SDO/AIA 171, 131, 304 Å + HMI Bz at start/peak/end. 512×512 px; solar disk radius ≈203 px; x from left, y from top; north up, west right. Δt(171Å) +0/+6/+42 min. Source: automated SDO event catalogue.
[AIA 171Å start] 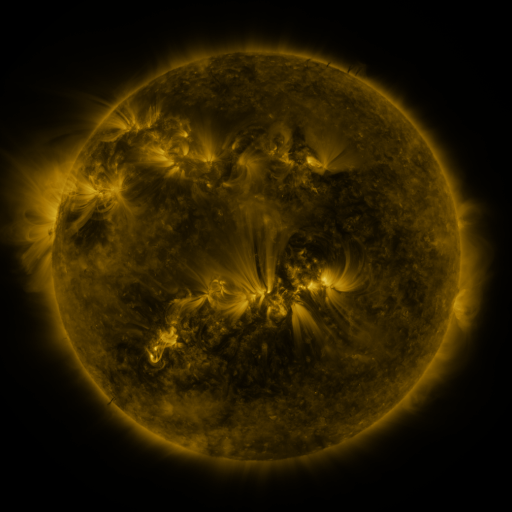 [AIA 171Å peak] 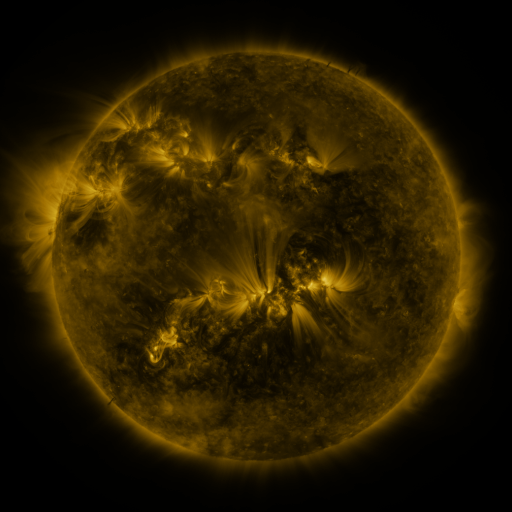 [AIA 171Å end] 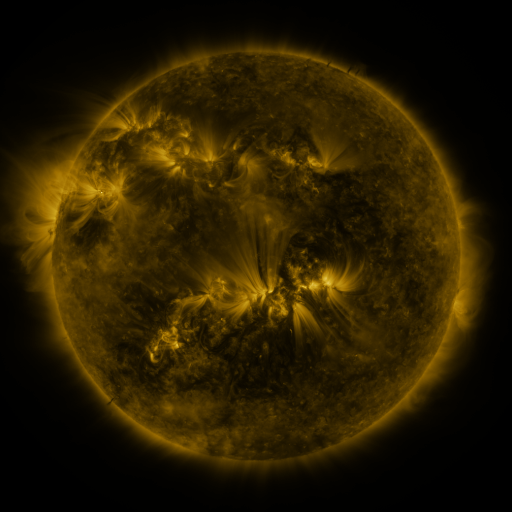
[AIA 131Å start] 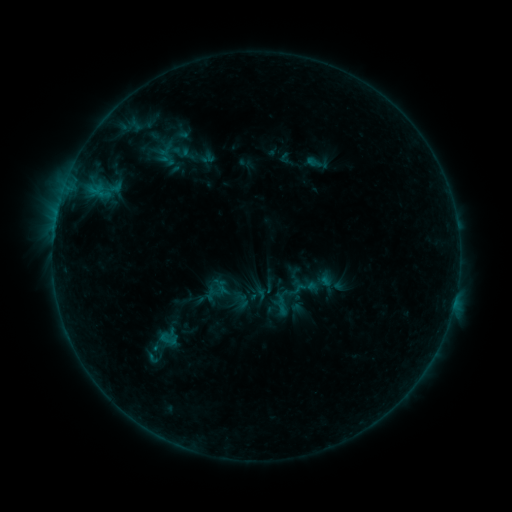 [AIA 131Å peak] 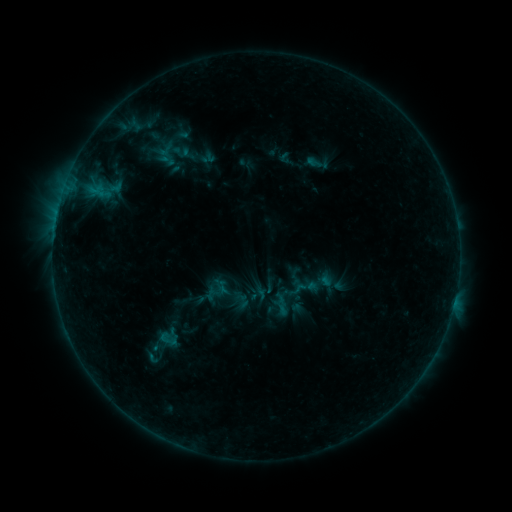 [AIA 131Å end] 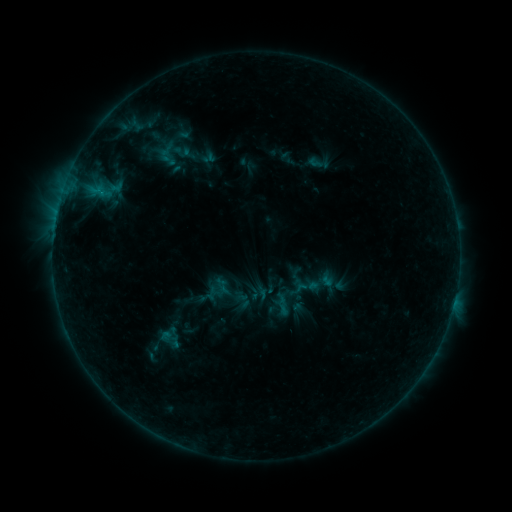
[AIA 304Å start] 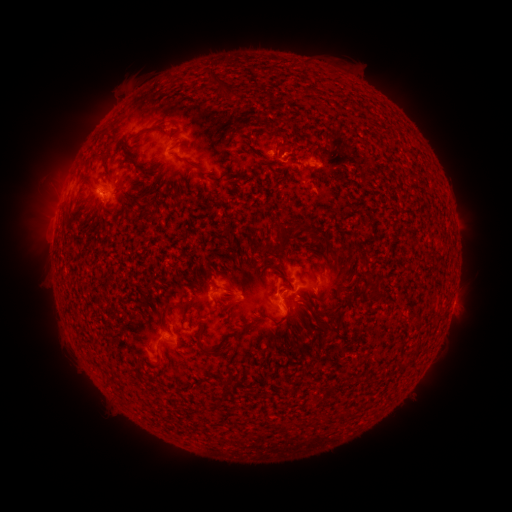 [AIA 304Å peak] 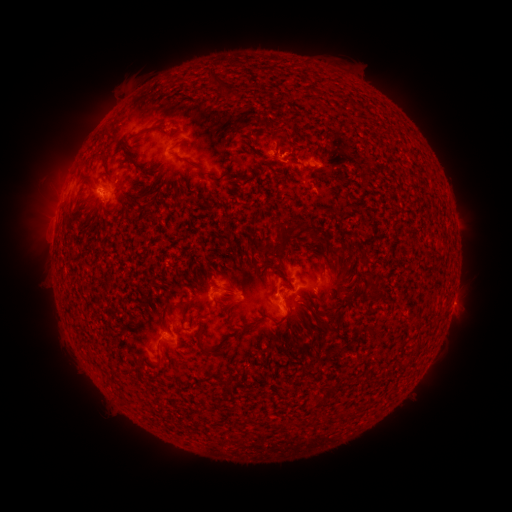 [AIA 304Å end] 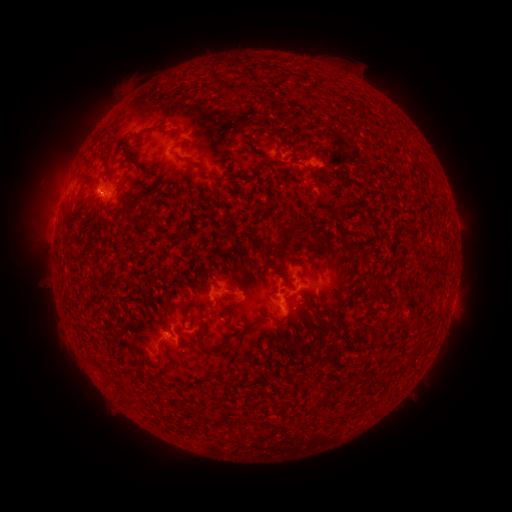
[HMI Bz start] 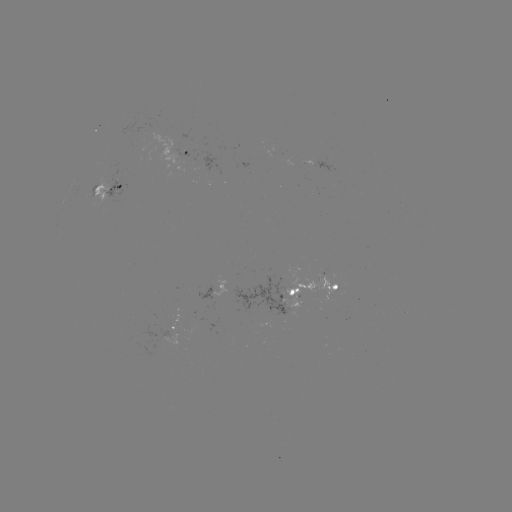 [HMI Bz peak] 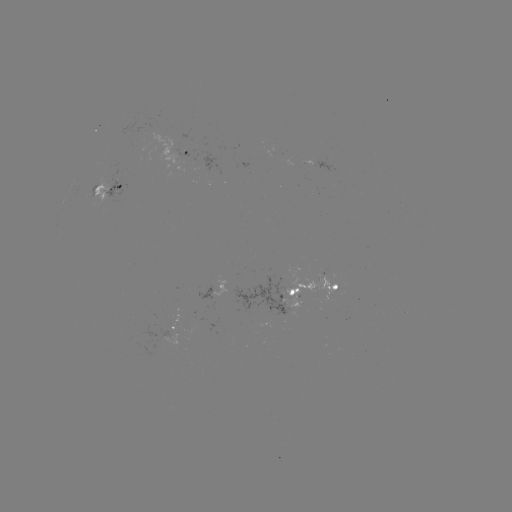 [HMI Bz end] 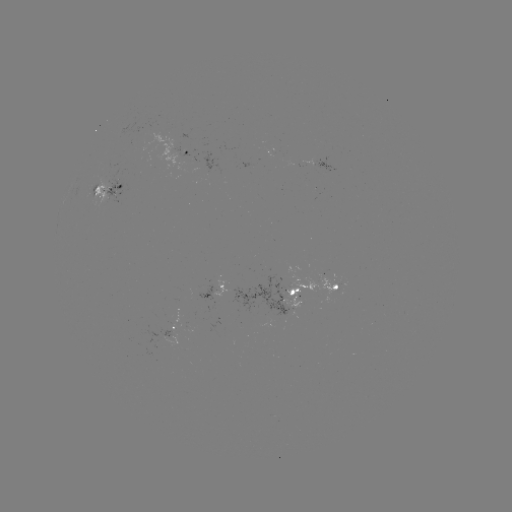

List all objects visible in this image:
emerging-flux region: (156, 136)
